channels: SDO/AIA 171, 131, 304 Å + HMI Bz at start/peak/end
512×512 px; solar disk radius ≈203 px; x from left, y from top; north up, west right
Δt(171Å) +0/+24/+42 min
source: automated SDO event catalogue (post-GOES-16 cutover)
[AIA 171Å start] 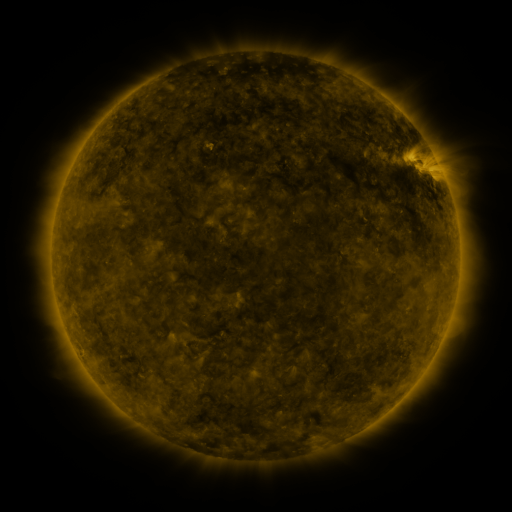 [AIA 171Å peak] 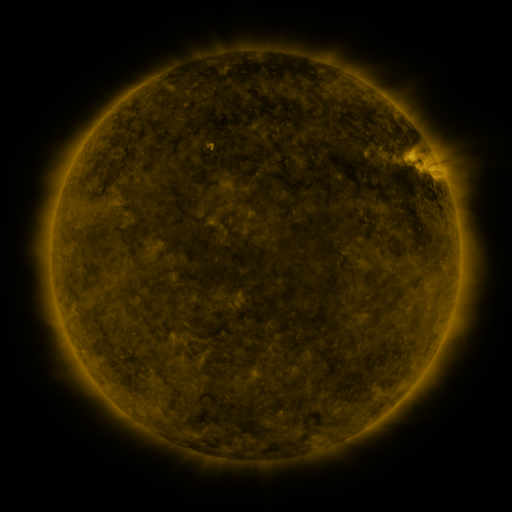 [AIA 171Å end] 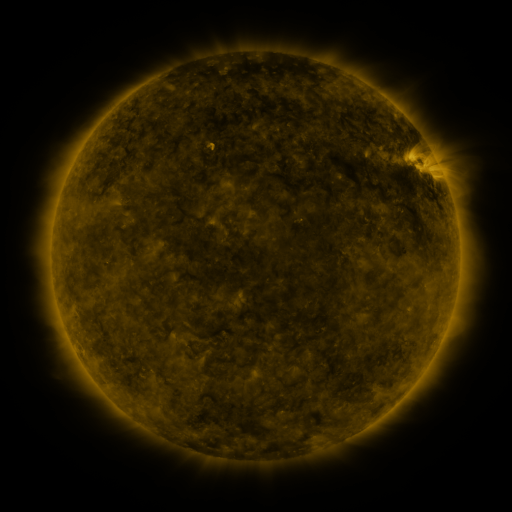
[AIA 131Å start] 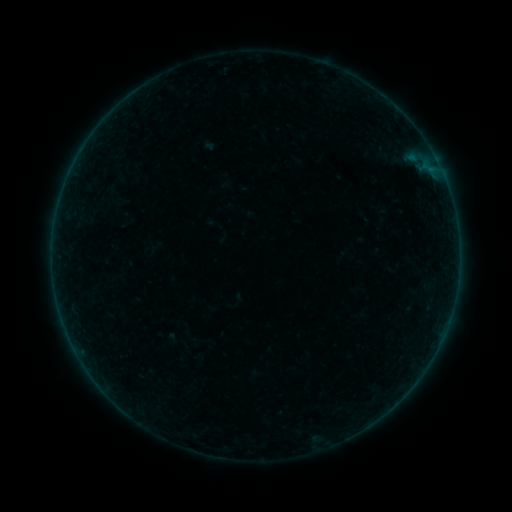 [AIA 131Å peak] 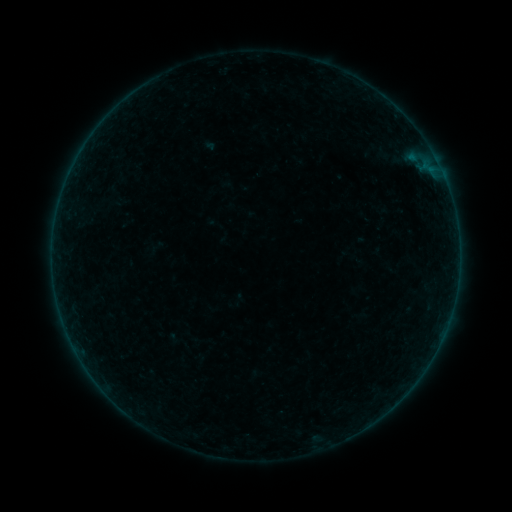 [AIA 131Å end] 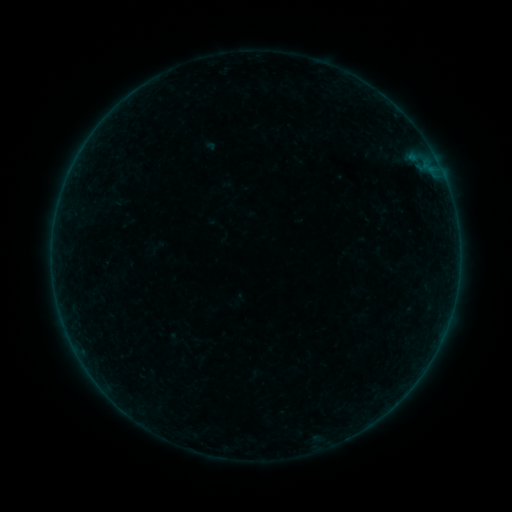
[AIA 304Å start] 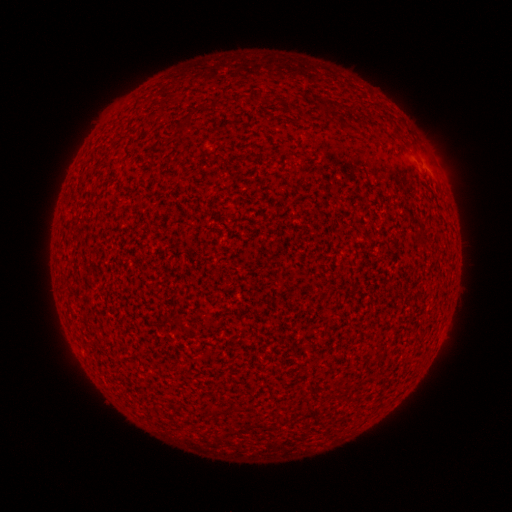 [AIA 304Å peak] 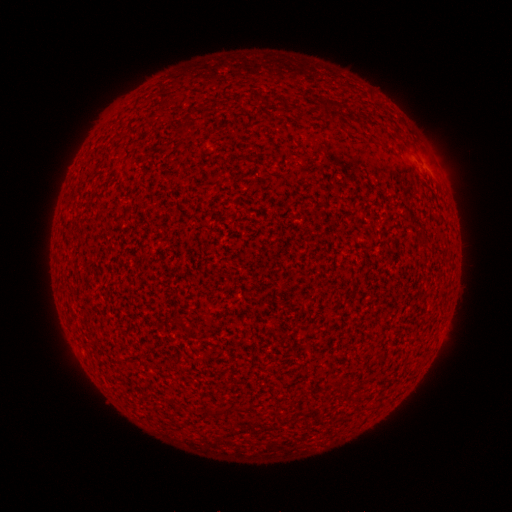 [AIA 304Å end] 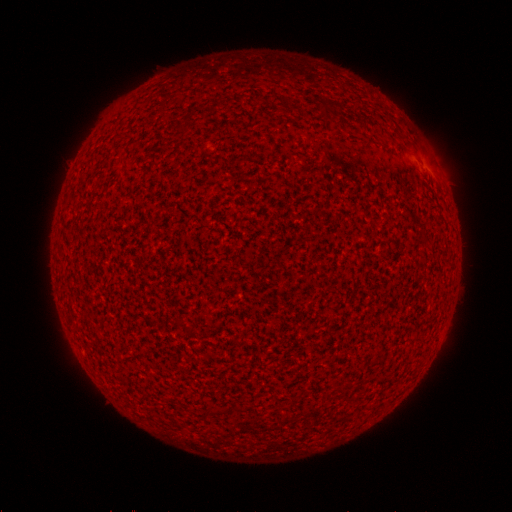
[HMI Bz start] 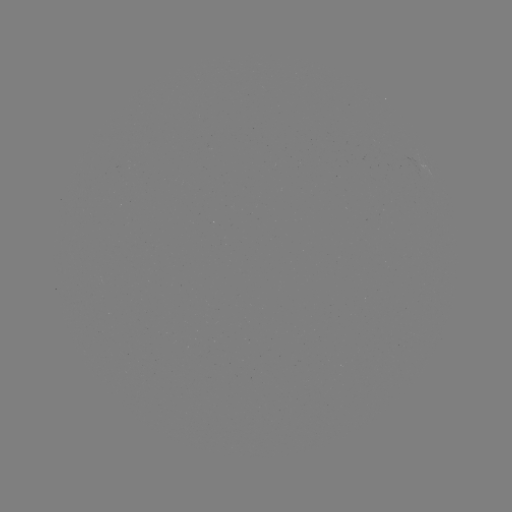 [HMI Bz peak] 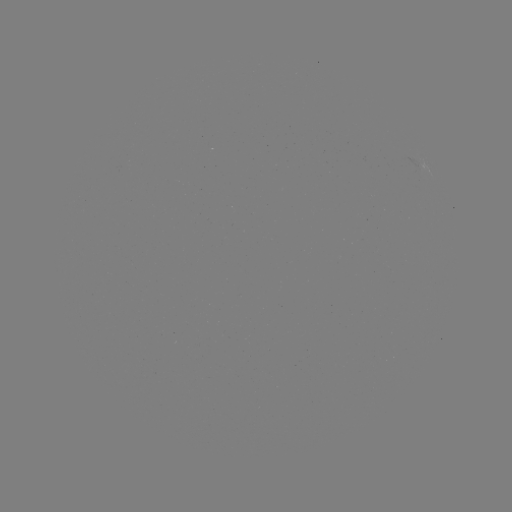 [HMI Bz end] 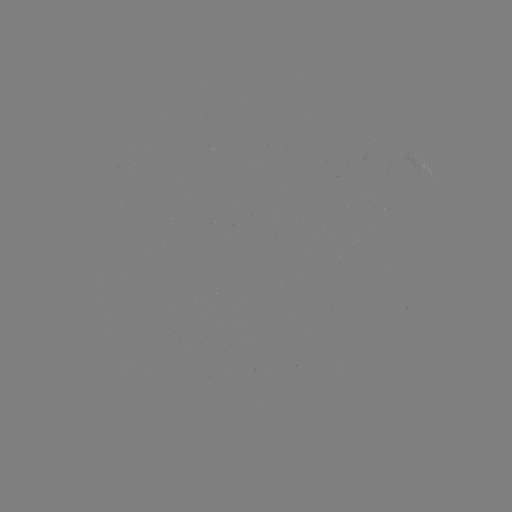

no flare in any classed list; no EUV-trigger detection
